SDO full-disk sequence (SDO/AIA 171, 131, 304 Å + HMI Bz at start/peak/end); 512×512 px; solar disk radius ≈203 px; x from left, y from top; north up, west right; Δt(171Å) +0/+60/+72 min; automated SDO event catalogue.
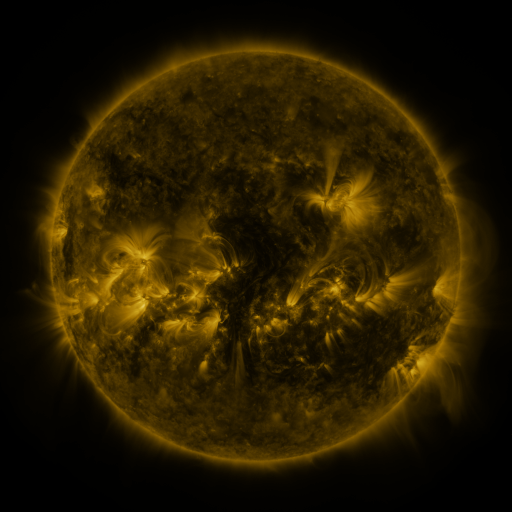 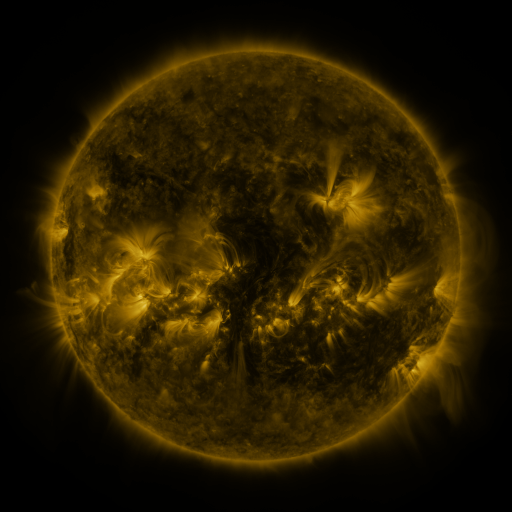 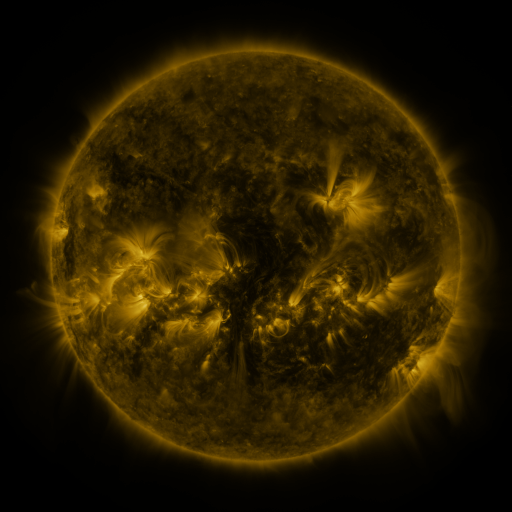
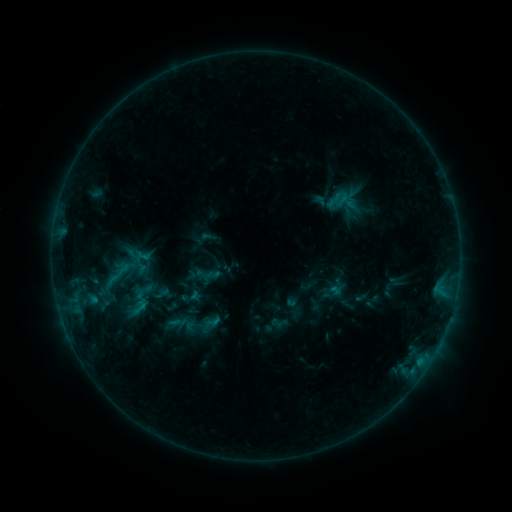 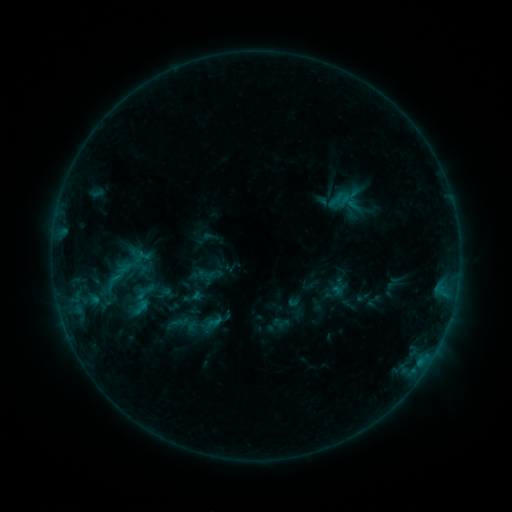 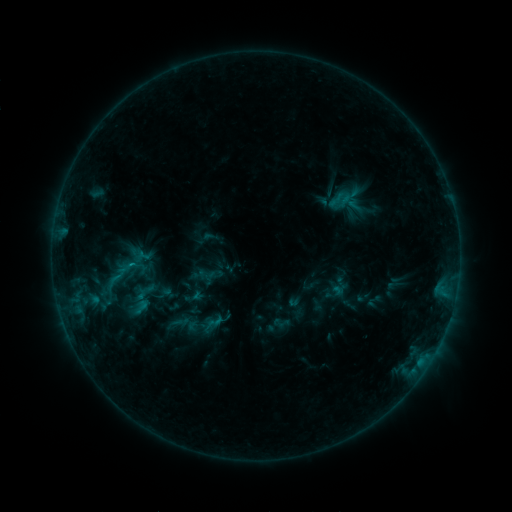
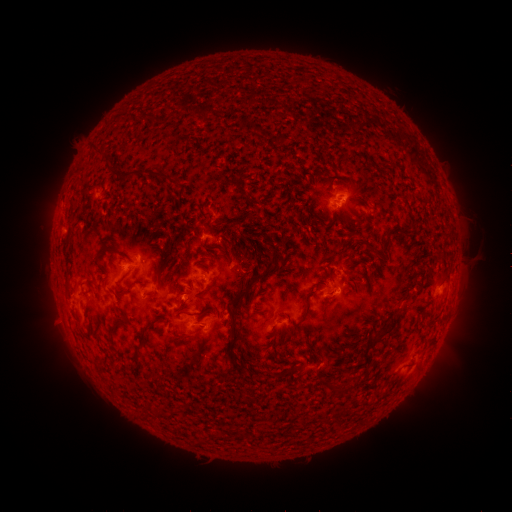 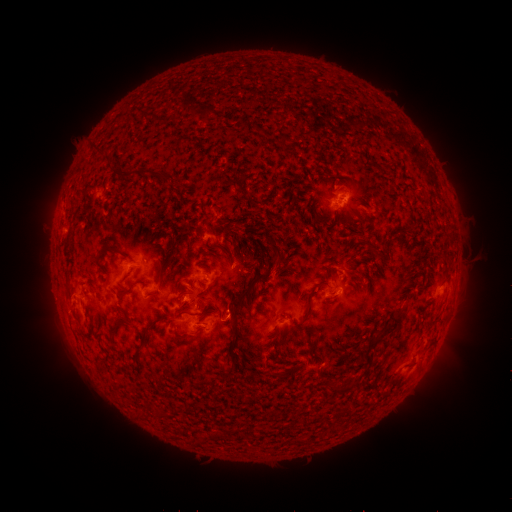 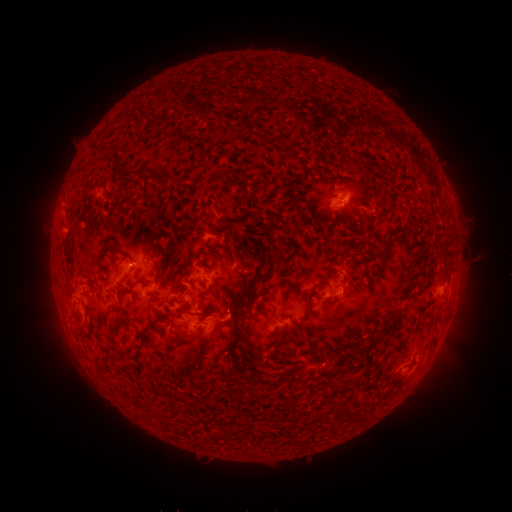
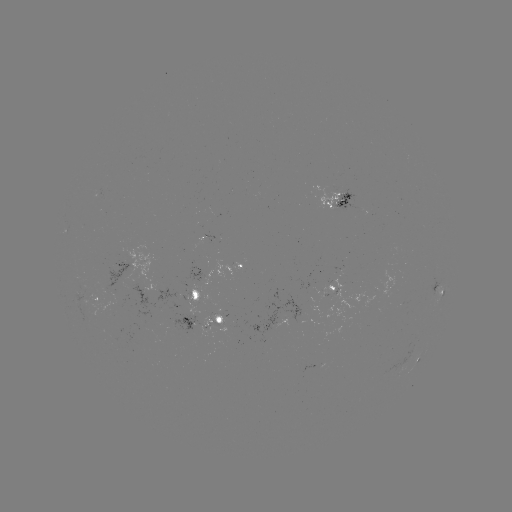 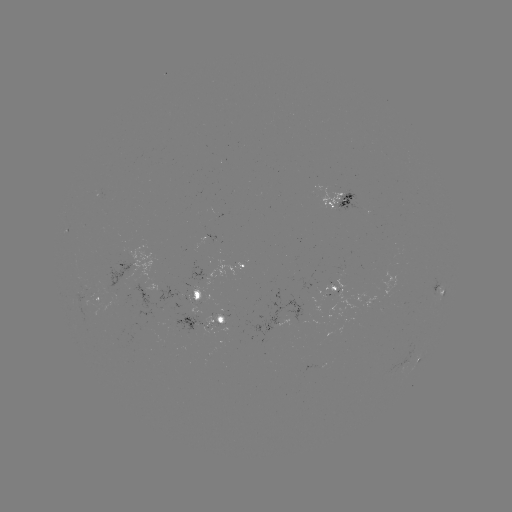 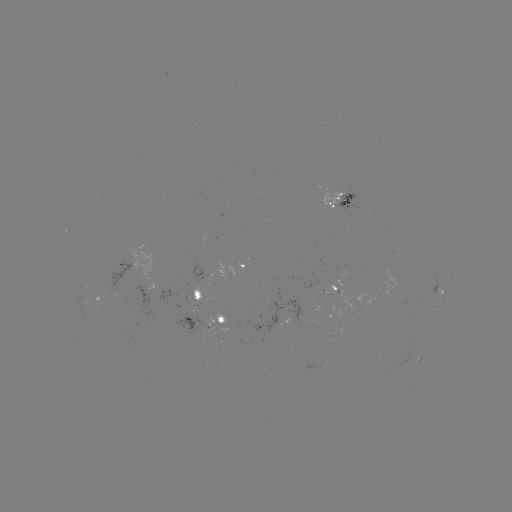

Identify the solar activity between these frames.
emerging-flux region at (195, 309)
